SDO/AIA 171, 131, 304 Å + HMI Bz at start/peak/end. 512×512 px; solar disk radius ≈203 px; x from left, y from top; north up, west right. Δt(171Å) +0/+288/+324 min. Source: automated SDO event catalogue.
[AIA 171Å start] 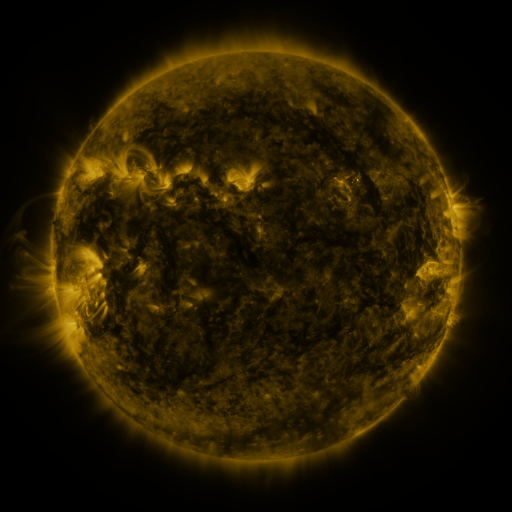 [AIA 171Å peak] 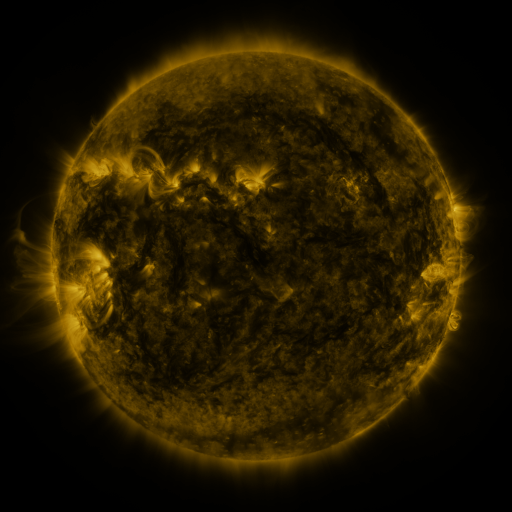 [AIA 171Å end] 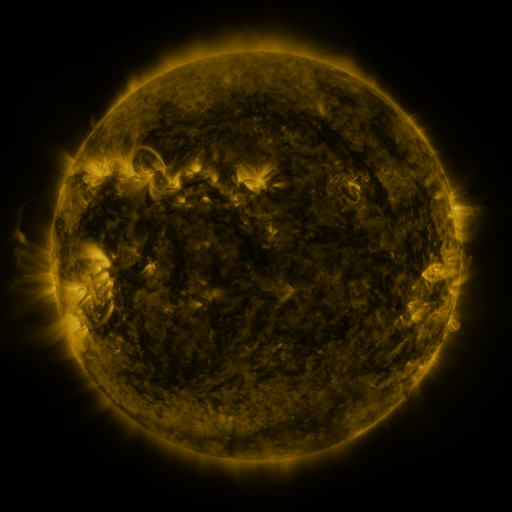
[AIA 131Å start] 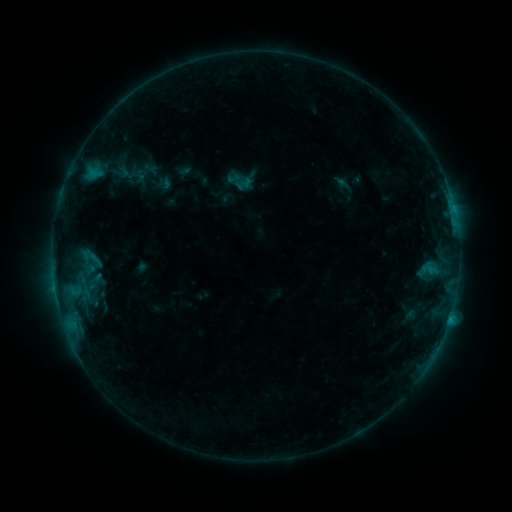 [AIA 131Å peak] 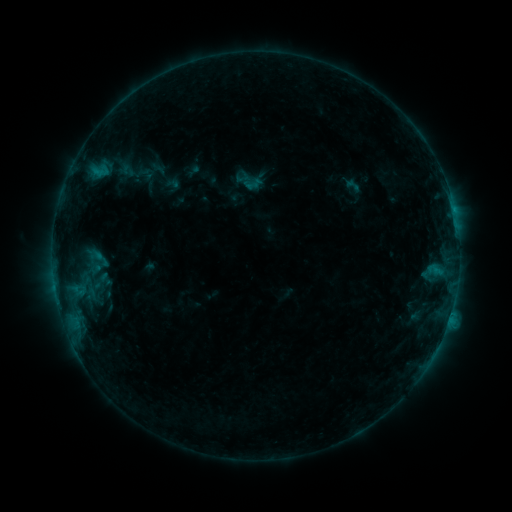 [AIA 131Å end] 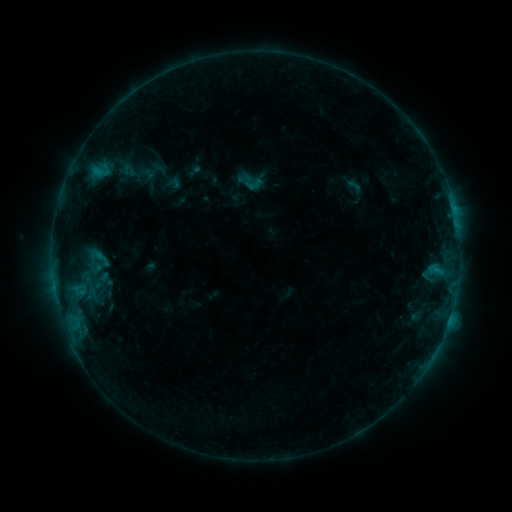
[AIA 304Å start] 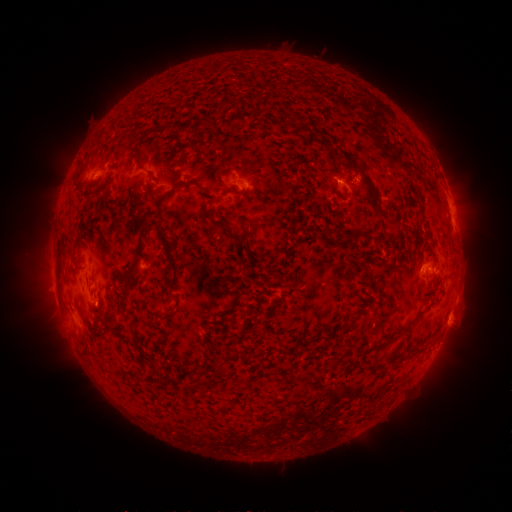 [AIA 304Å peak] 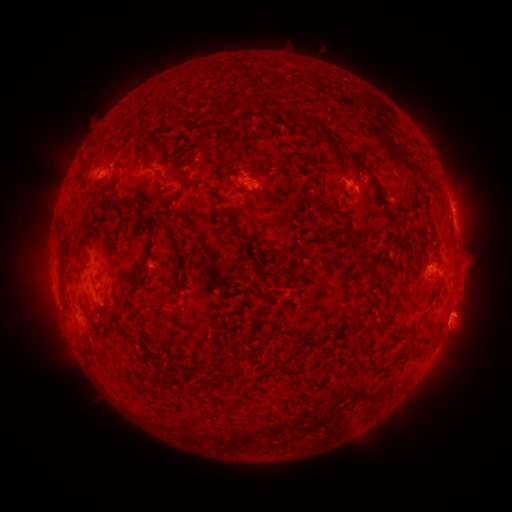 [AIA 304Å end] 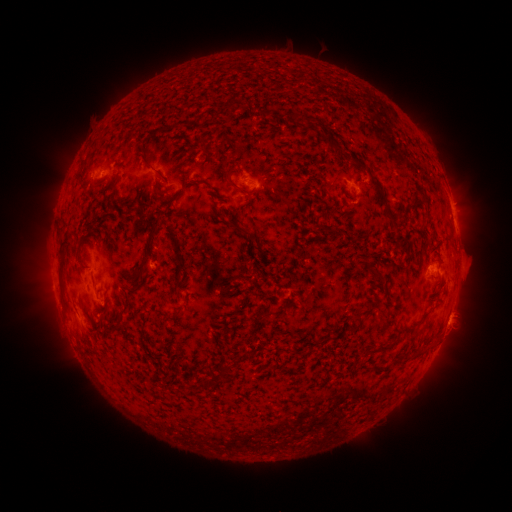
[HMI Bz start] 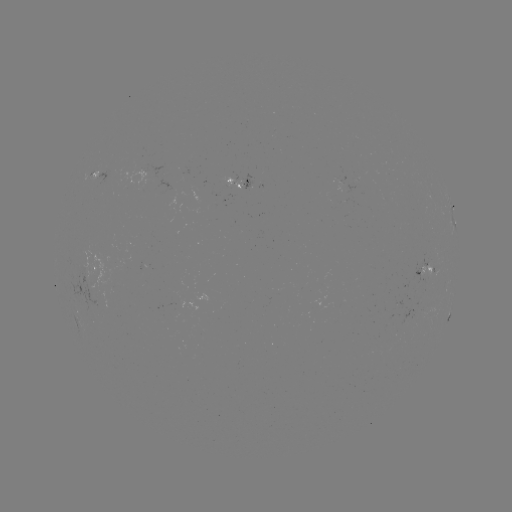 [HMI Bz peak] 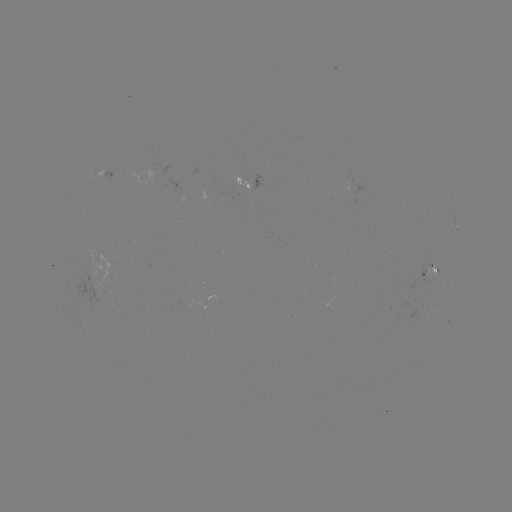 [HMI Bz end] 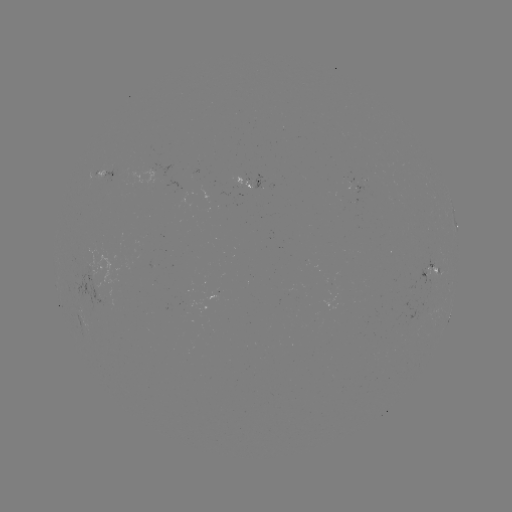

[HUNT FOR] emerging-flux region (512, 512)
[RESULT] [101, 295]